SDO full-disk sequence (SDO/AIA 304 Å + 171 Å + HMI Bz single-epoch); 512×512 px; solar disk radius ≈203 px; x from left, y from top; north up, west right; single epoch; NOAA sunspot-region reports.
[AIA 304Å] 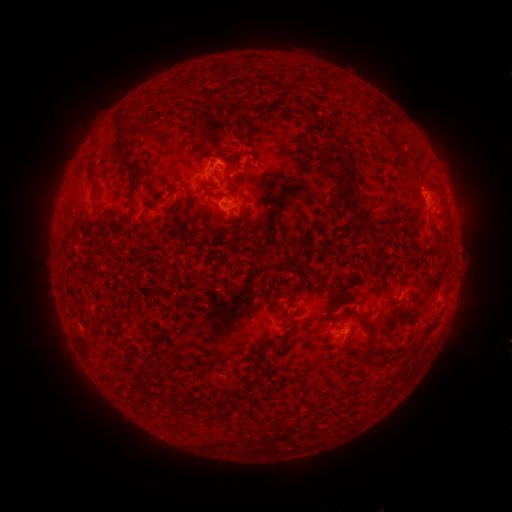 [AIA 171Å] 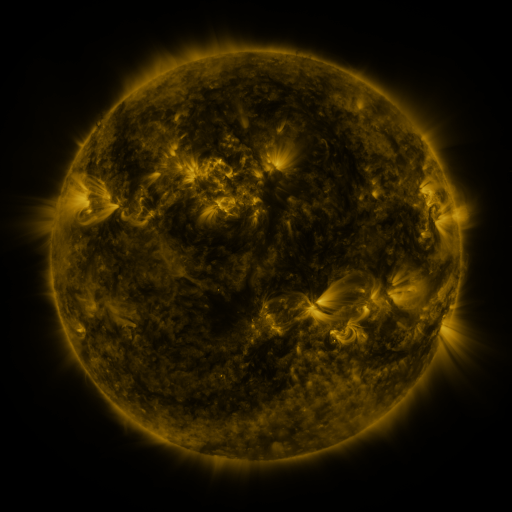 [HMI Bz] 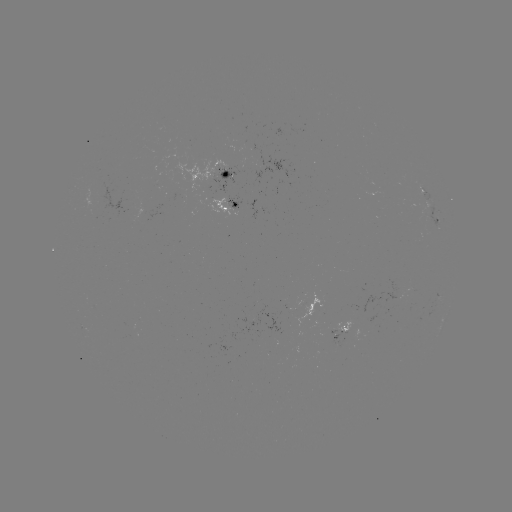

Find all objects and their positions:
spotted active region: (218, 173)
spotted active region: (227, 206)
spotted active region: (437, 218)
spotted active region: (341, 331)
